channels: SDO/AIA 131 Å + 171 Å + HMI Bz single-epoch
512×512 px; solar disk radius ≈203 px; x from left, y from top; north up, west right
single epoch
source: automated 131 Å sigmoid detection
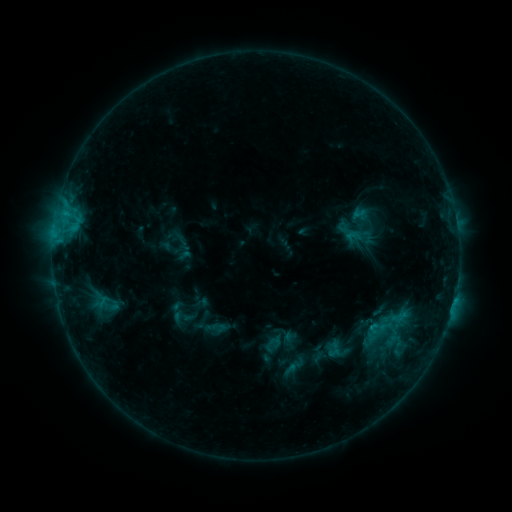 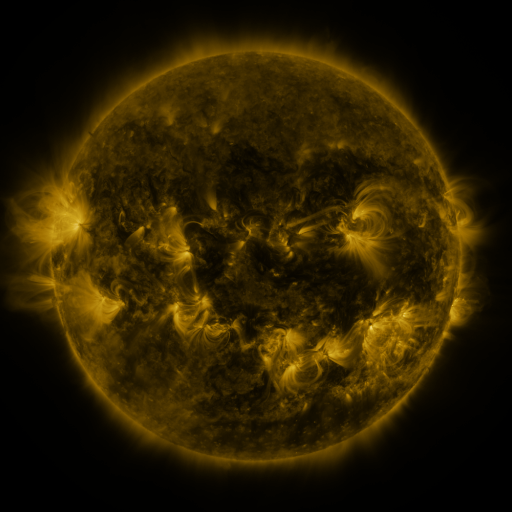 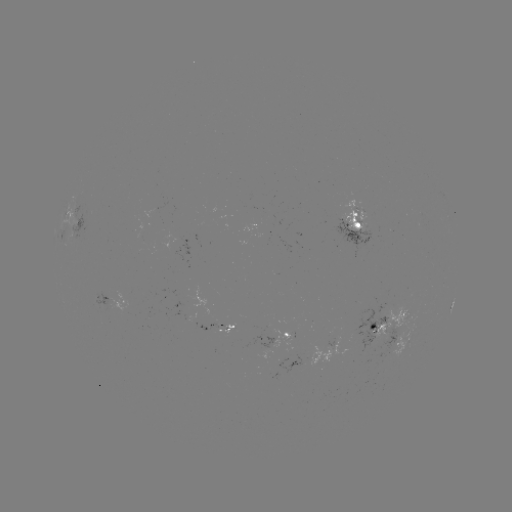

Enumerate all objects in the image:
sigmoid: <bbox>385, 323, 403, 341</bbox>
sigmoid: <bbox>282, 353, 308, 378</bbox>
